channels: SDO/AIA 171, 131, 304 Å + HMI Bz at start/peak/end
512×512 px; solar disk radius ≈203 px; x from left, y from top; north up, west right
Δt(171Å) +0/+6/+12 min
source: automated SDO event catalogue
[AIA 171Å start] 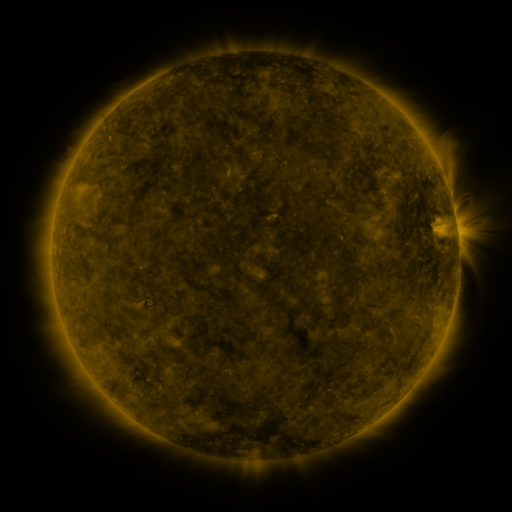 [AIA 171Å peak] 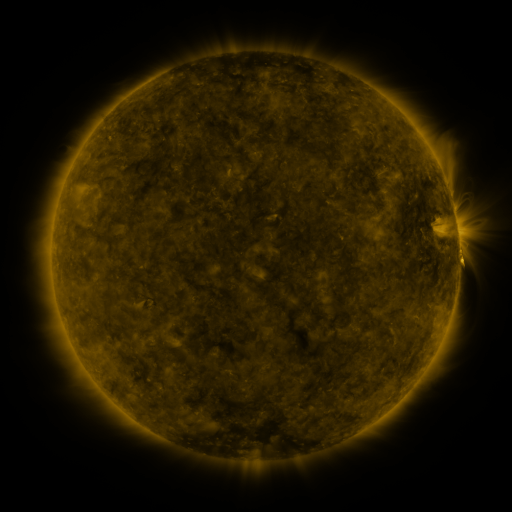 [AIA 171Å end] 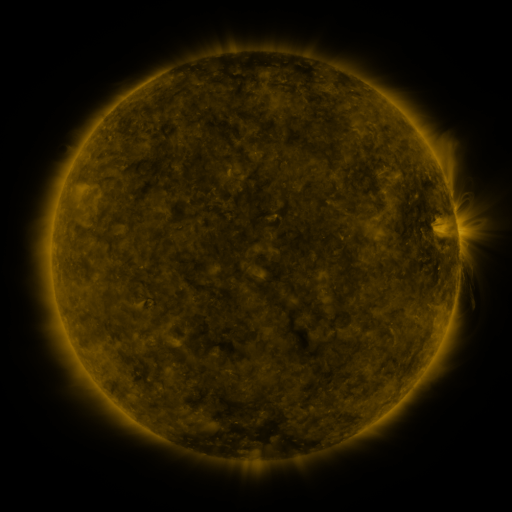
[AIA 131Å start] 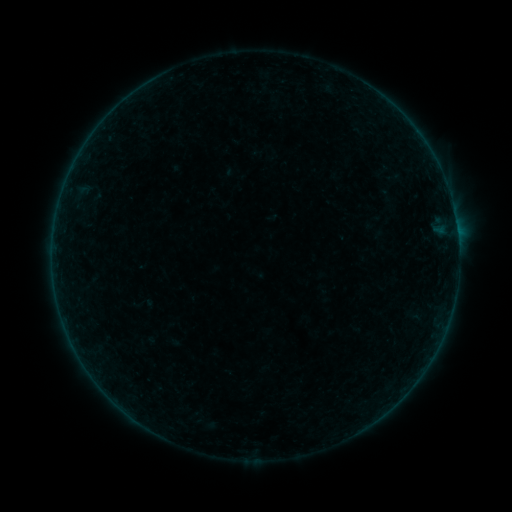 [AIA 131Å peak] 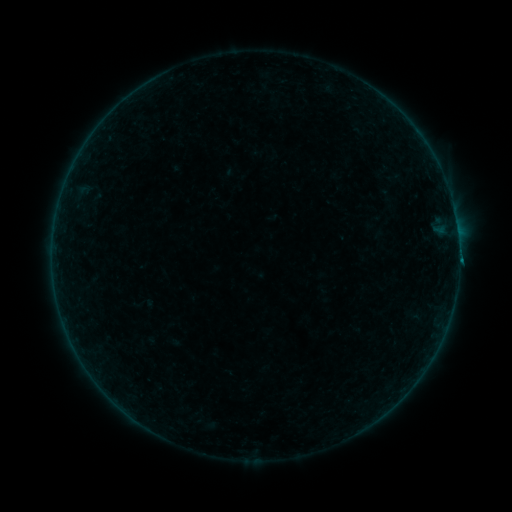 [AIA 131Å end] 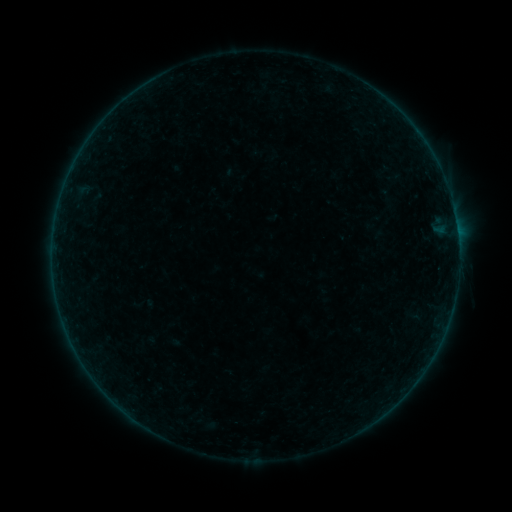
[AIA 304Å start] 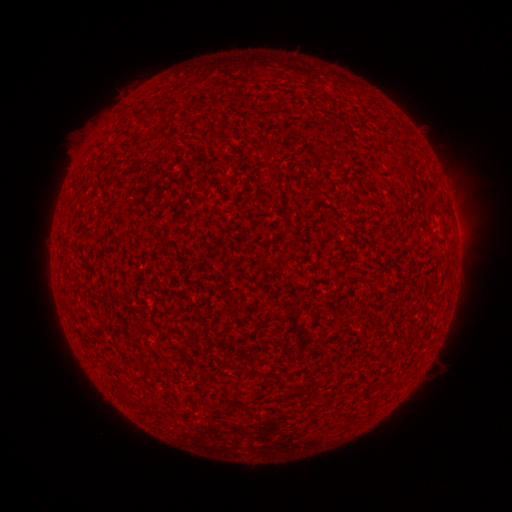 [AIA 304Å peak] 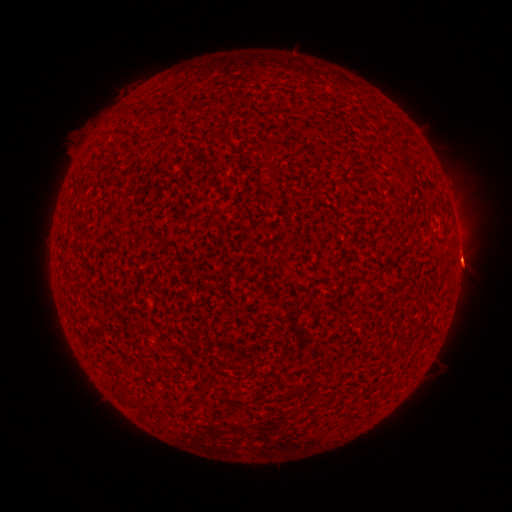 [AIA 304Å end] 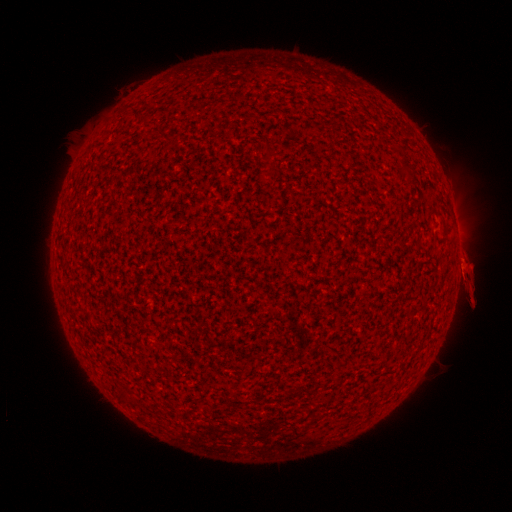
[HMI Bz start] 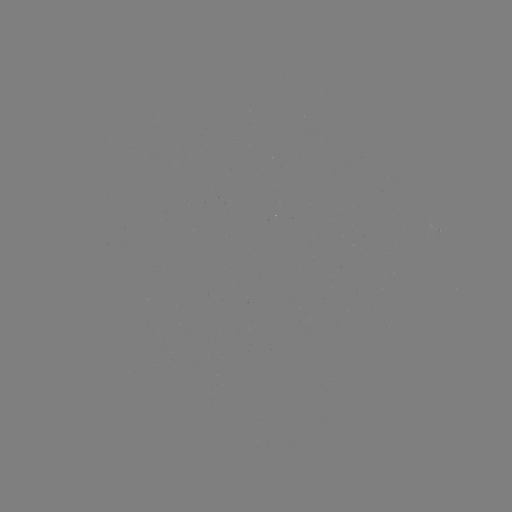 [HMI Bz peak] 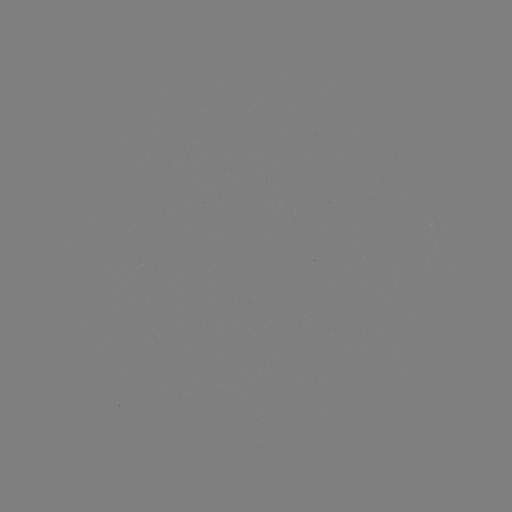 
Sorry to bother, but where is eruption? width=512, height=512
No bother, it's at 461,261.